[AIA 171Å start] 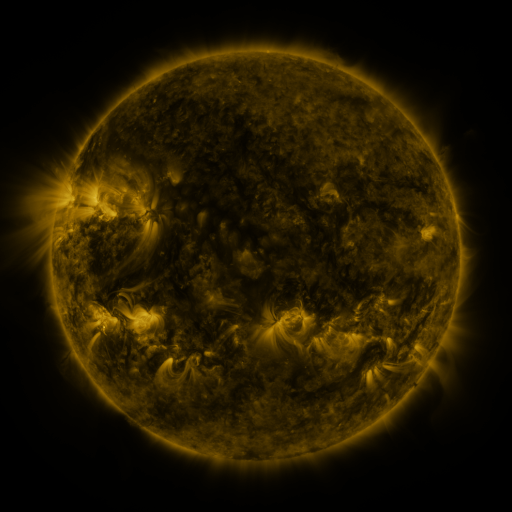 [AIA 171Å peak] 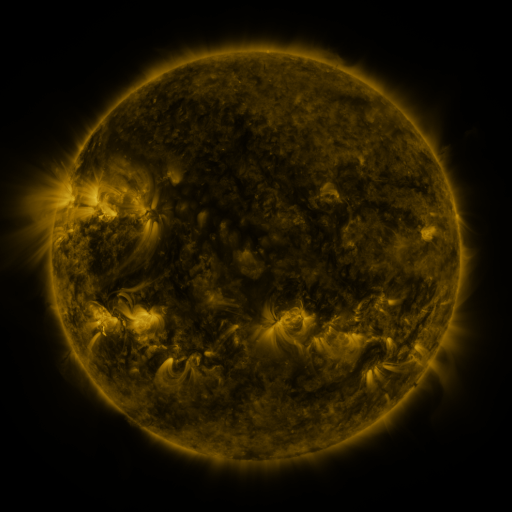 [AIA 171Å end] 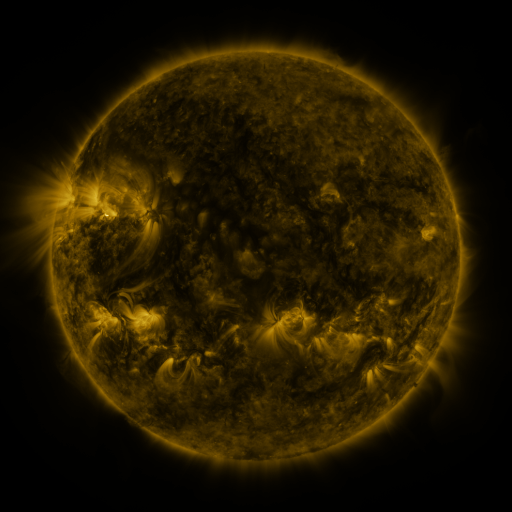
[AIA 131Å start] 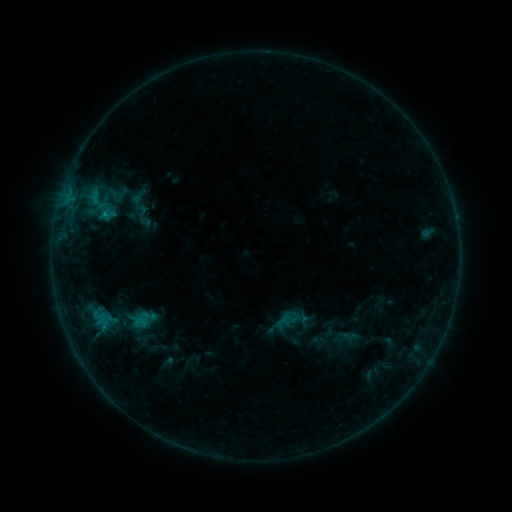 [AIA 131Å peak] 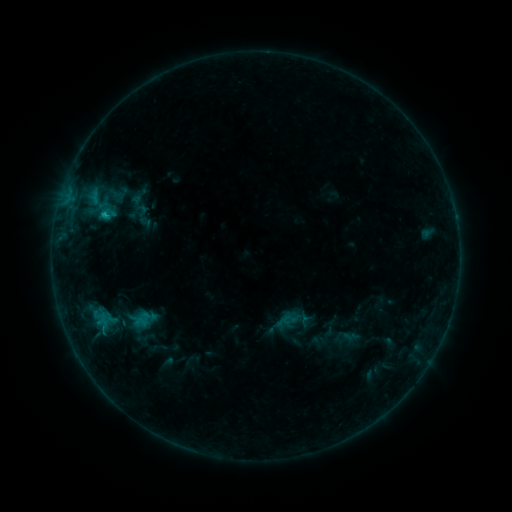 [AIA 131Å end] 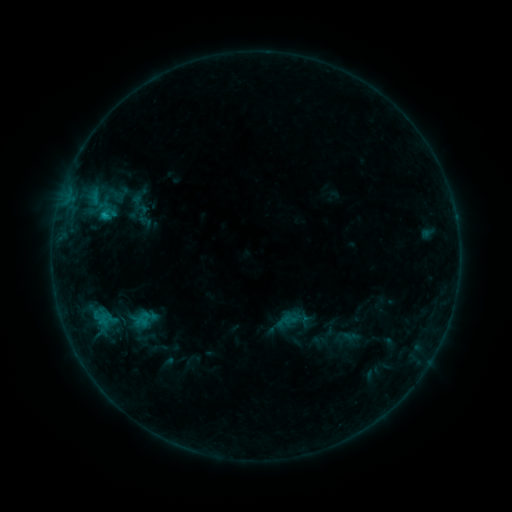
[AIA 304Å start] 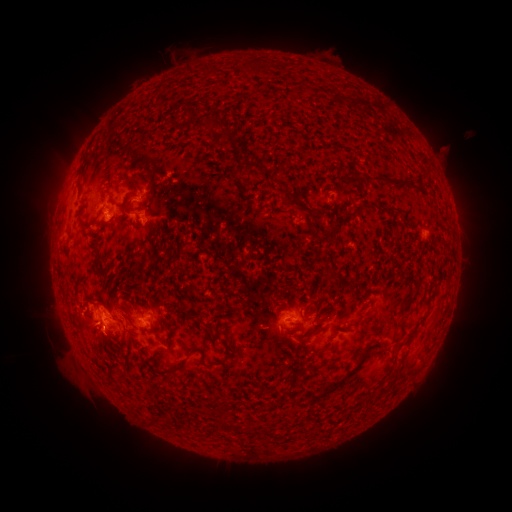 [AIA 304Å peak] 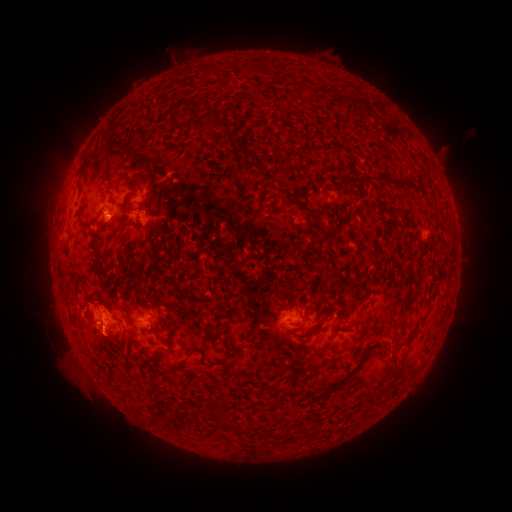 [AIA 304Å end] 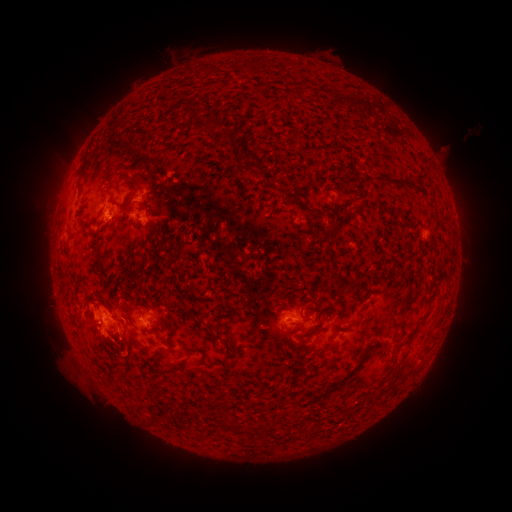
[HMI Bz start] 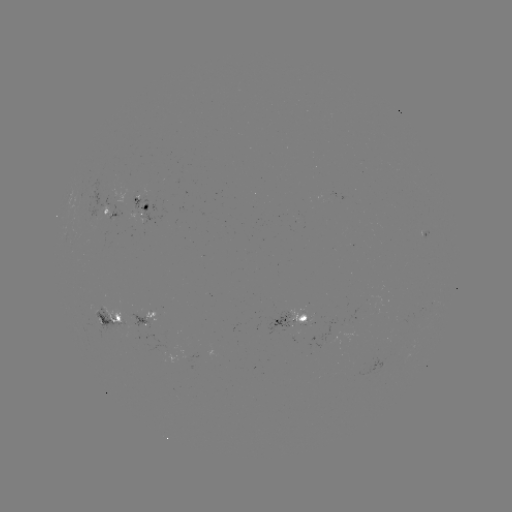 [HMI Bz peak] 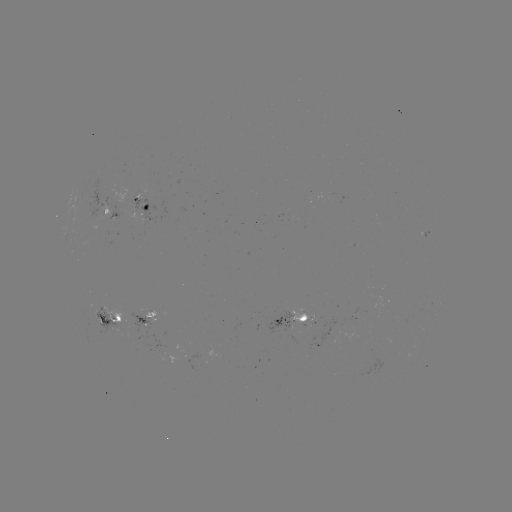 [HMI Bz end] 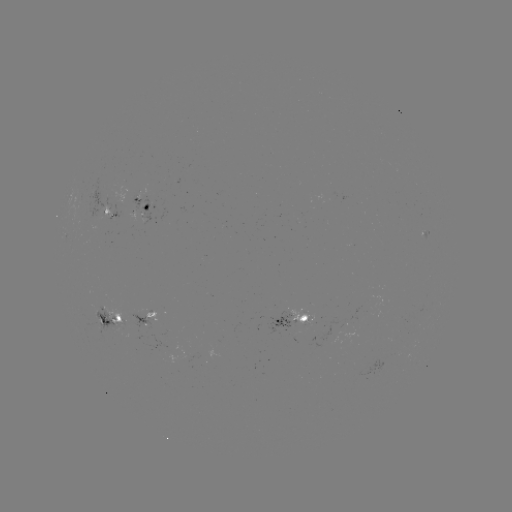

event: flare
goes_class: C1.0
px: (106, 216)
